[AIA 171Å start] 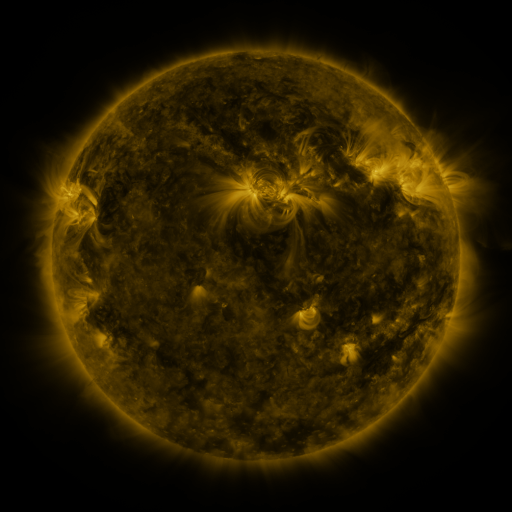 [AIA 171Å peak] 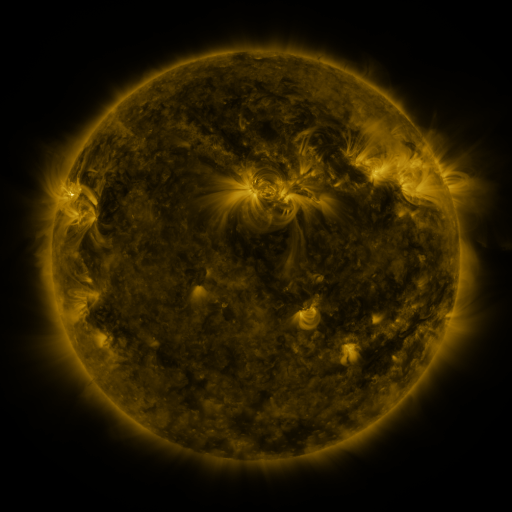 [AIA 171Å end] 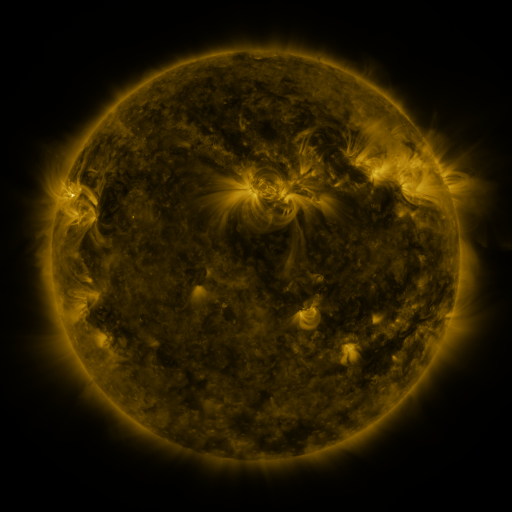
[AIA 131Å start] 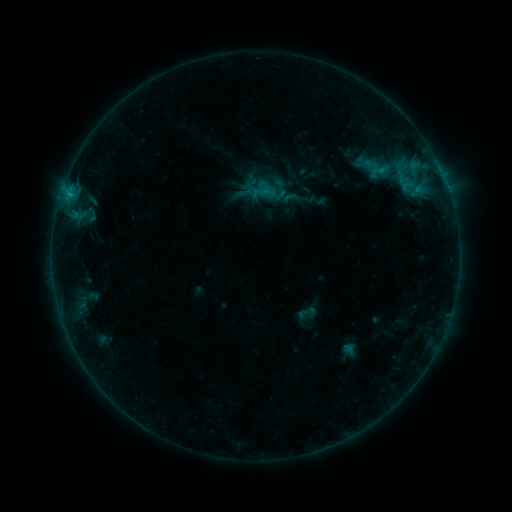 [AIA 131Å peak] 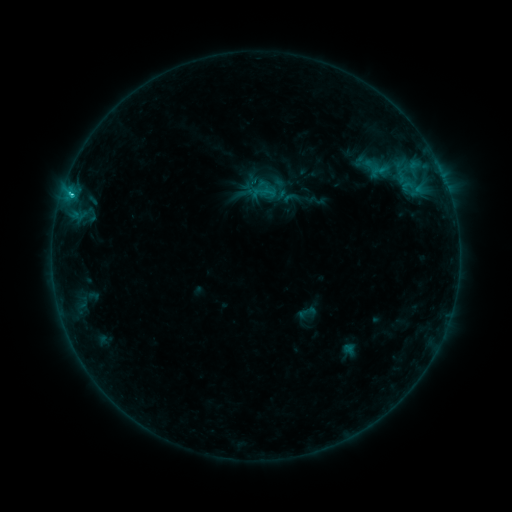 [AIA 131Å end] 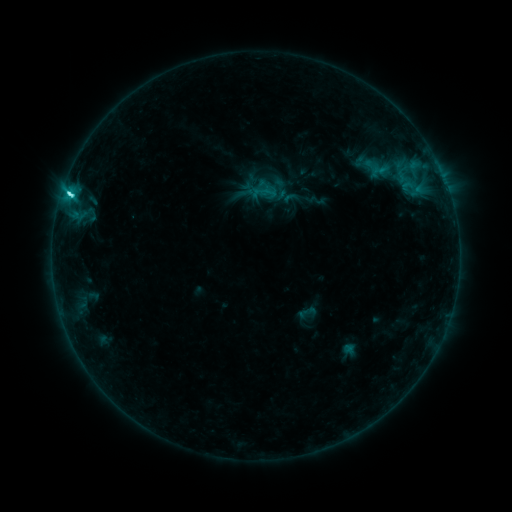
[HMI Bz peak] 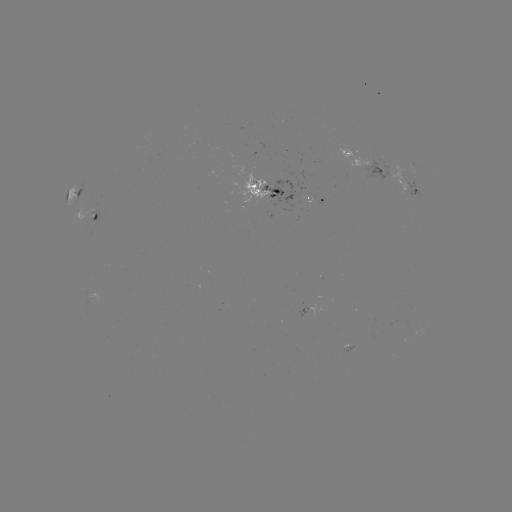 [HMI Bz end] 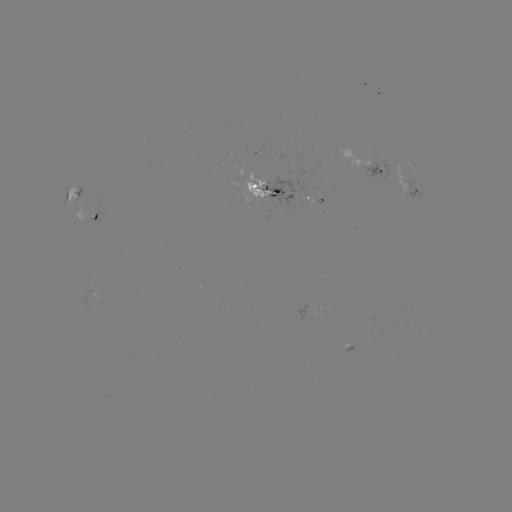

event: flare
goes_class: C4.9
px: (71, 196)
